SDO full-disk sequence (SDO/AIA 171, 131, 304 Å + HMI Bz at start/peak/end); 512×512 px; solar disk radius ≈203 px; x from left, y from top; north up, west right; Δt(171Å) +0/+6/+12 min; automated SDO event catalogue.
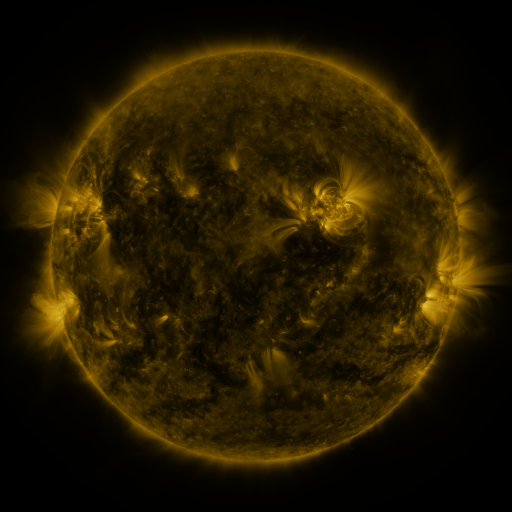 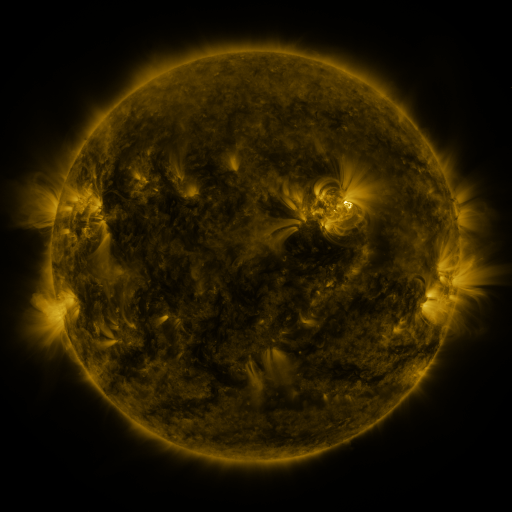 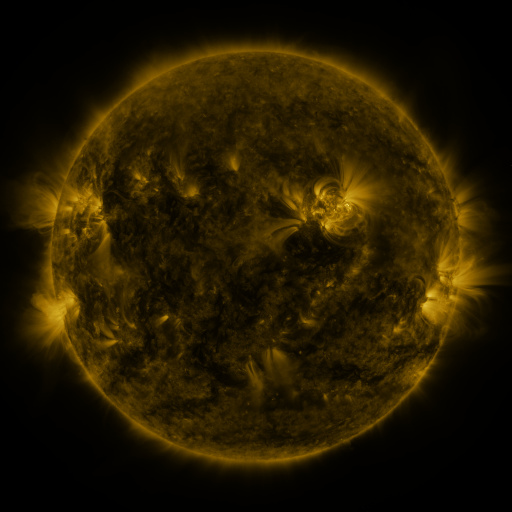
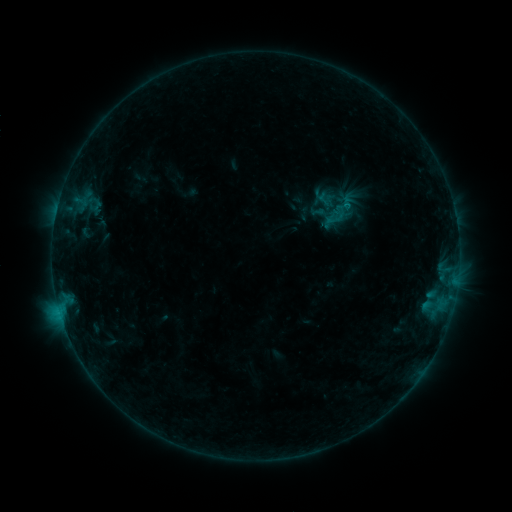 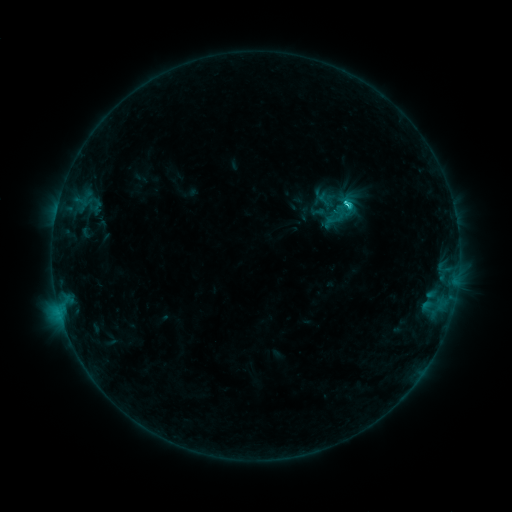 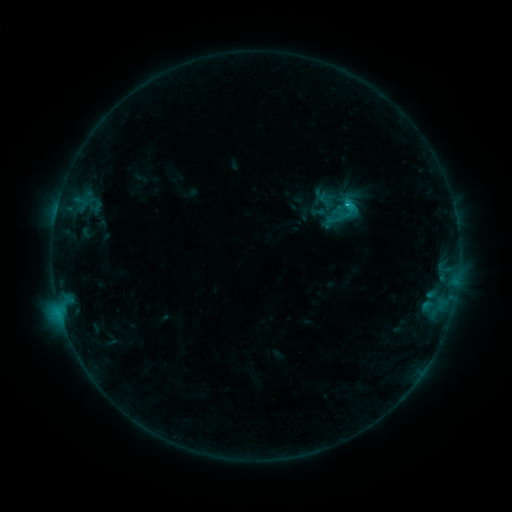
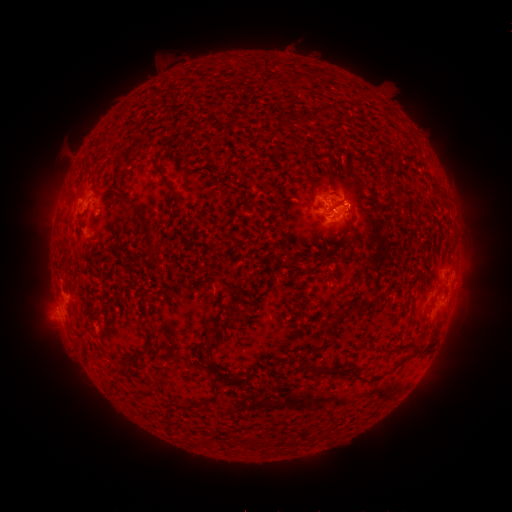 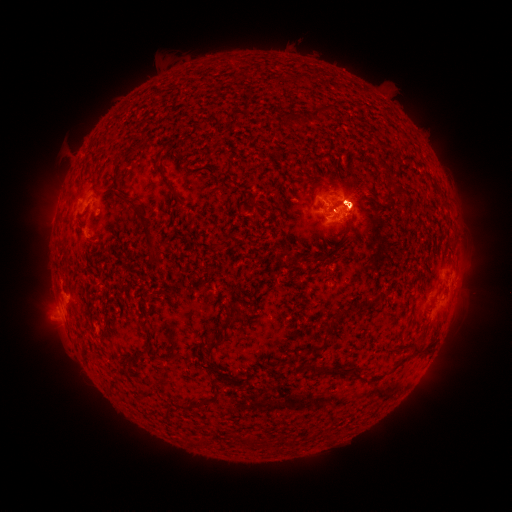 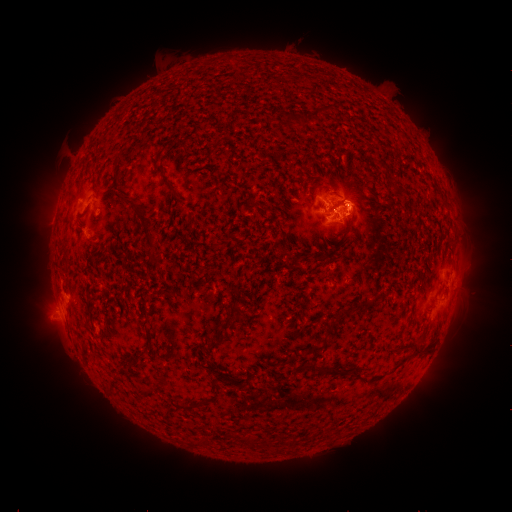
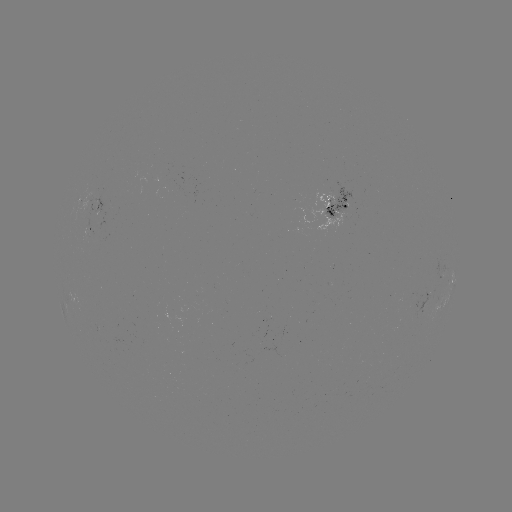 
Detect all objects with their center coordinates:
eruption: (358, 205)
